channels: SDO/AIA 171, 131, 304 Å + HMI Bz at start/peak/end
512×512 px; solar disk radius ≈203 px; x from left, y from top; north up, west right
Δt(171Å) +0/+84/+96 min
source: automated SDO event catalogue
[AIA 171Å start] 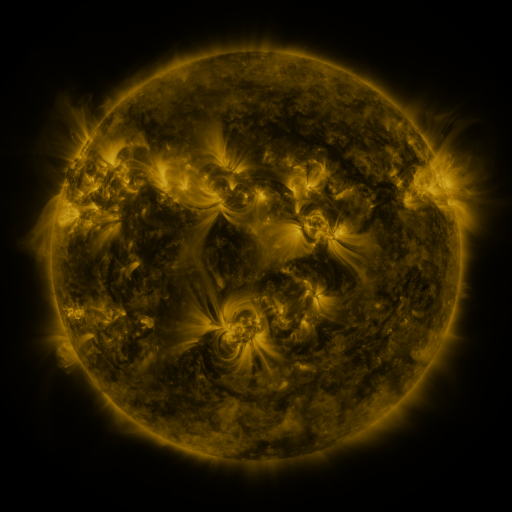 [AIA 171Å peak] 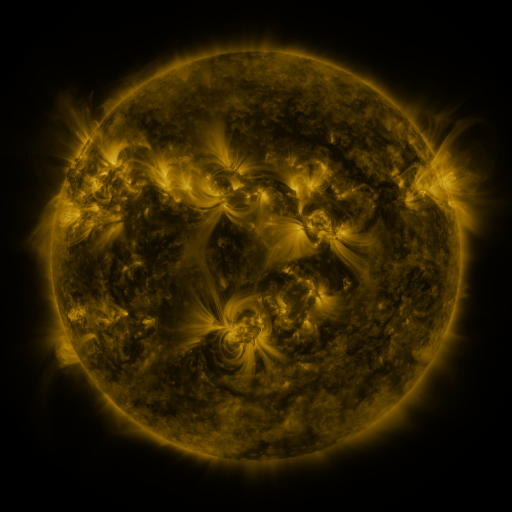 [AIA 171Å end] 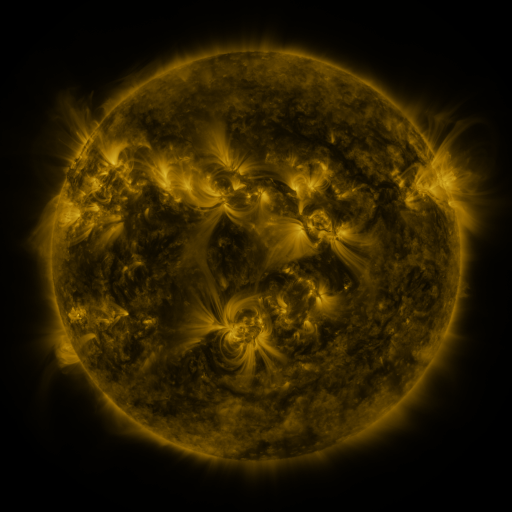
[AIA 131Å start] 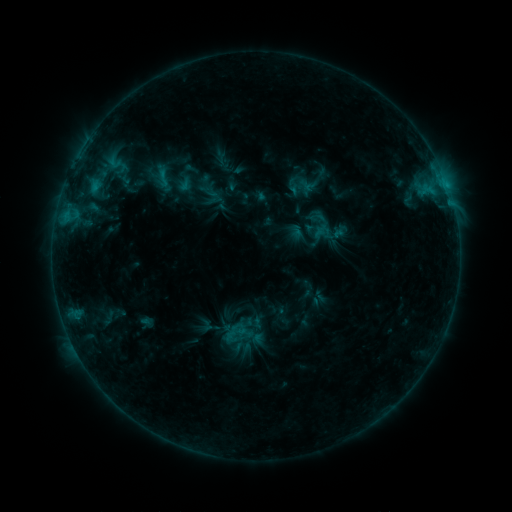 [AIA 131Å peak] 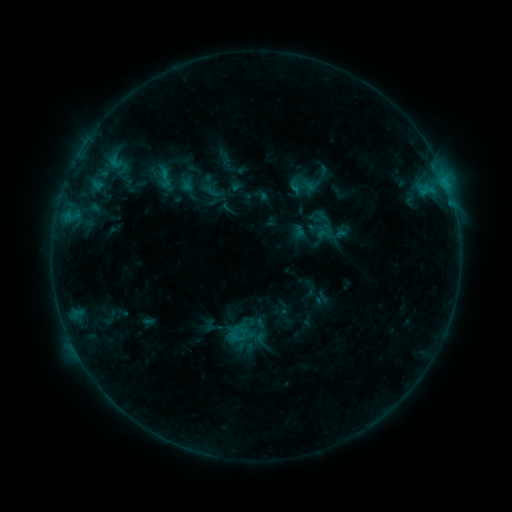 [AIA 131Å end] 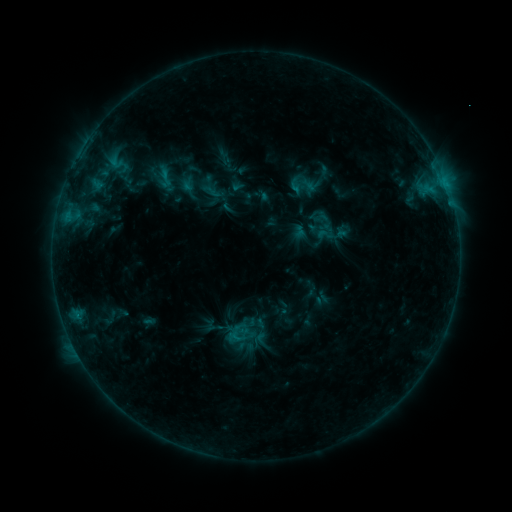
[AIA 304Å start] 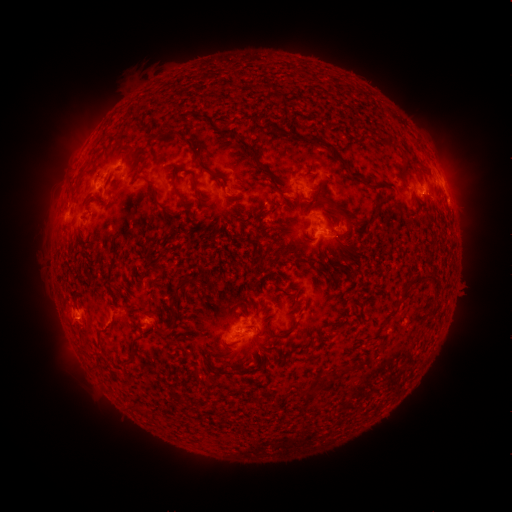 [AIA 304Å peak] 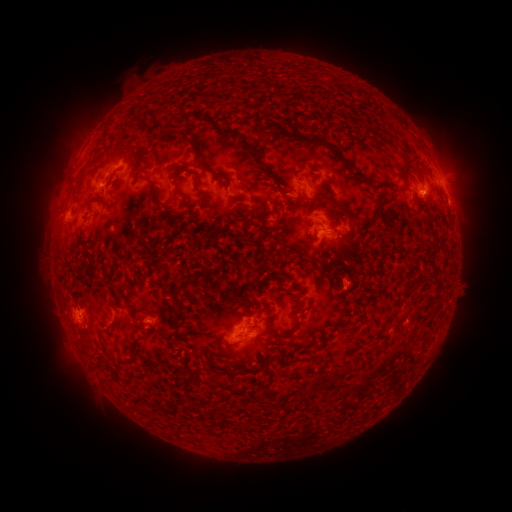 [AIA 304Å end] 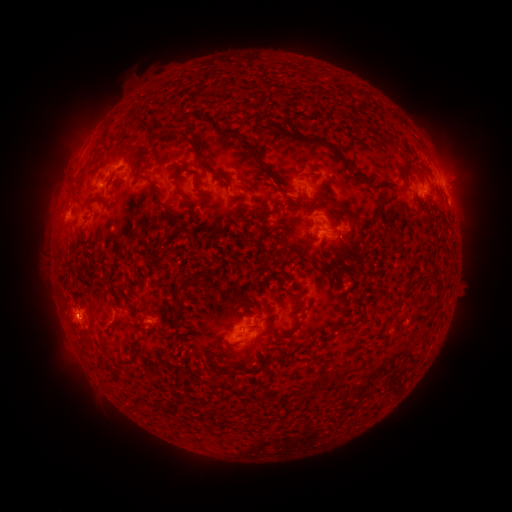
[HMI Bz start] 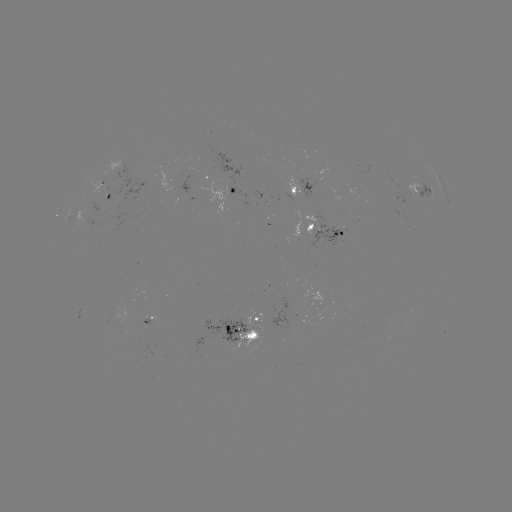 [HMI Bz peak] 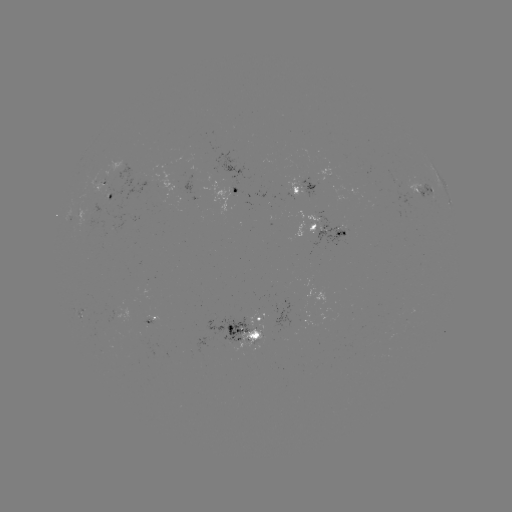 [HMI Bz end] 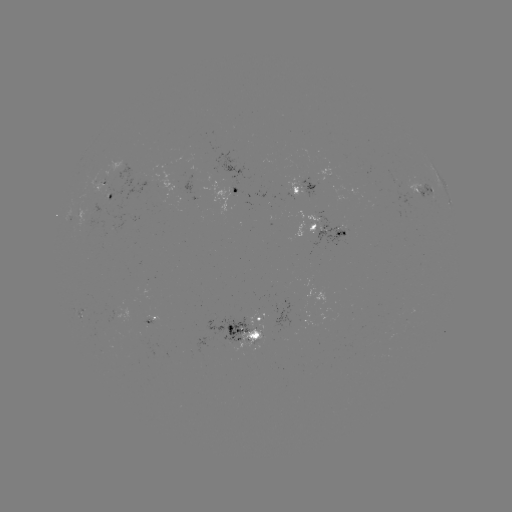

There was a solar emerging-flux region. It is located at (111, 320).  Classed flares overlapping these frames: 1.